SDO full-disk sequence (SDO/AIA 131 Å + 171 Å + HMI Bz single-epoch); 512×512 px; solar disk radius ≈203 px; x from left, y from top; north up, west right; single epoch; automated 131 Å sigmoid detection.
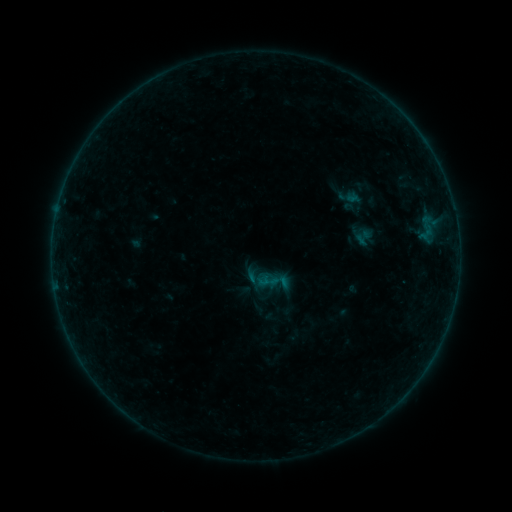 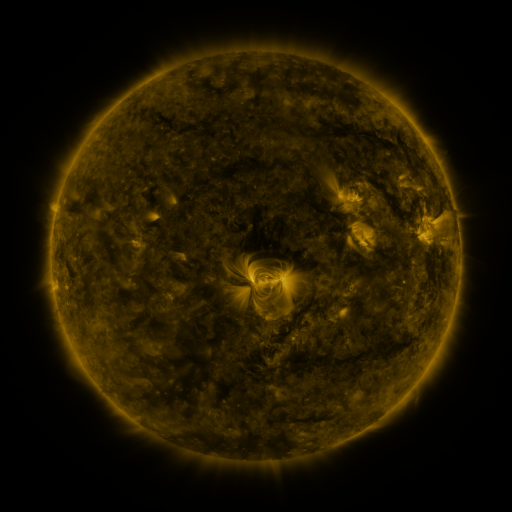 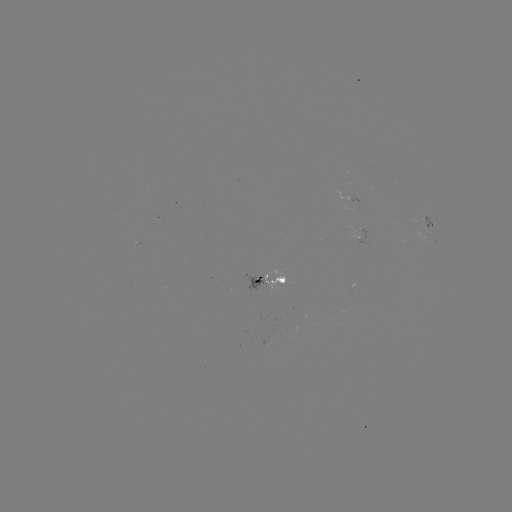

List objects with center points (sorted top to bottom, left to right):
sigmoid: <bbox>245, 263, 266, 284</bbox>
